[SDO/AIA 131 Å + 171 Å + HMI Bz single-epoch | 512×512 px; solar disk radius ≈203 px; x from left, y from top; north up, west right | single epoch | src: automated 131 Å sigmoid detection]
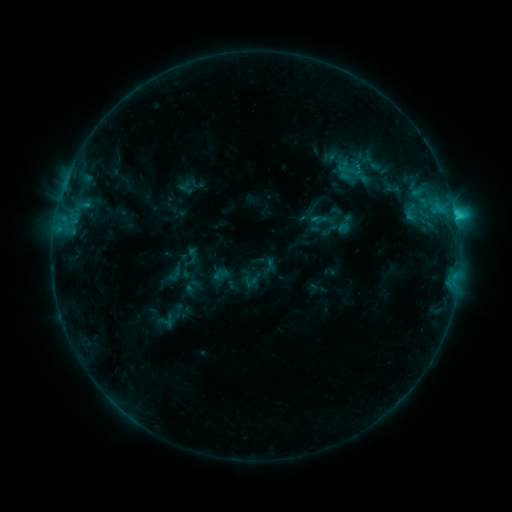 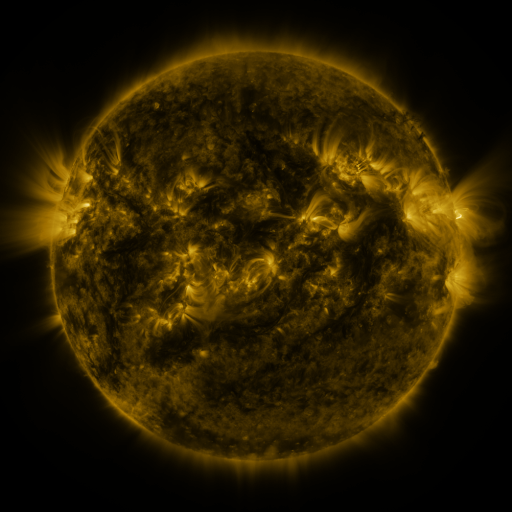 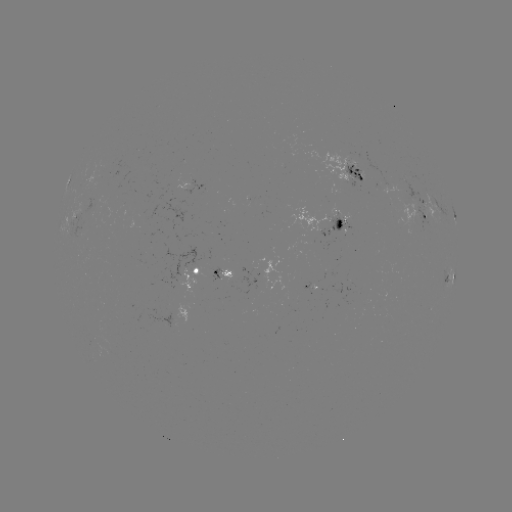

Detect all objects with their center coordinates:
sigmoid: [310, 207, 335, 232]
sigmoid: [334, 213, 356, 236]
sigmoid: [184, 247, 201, 263]
